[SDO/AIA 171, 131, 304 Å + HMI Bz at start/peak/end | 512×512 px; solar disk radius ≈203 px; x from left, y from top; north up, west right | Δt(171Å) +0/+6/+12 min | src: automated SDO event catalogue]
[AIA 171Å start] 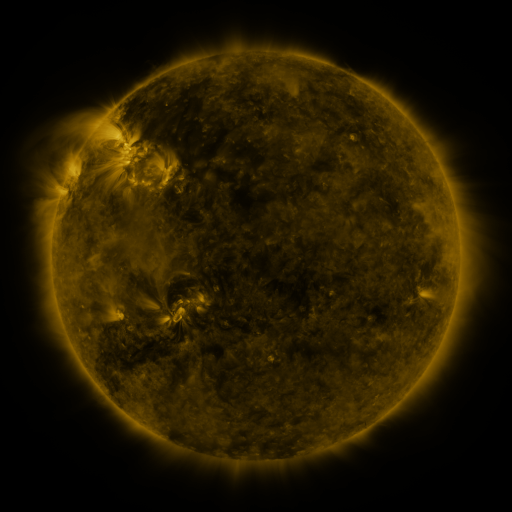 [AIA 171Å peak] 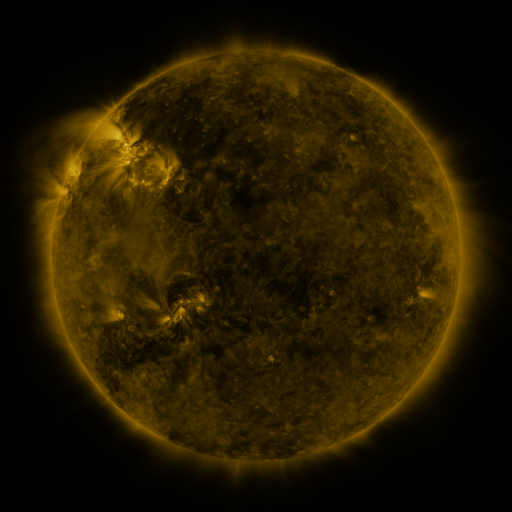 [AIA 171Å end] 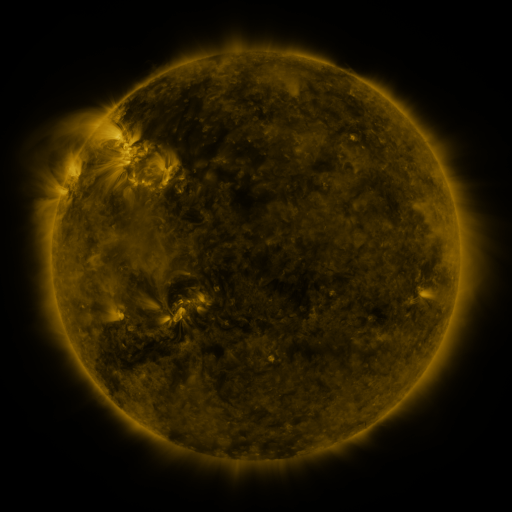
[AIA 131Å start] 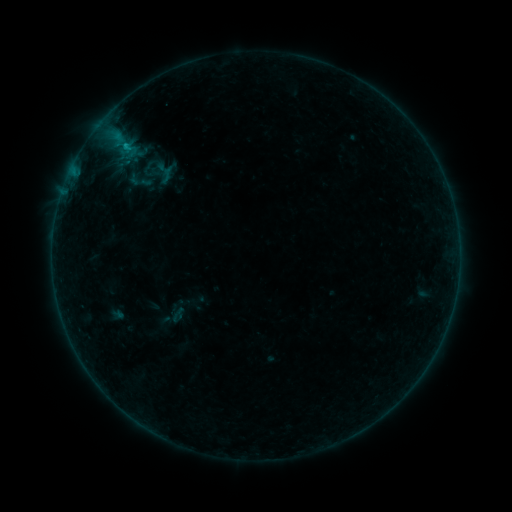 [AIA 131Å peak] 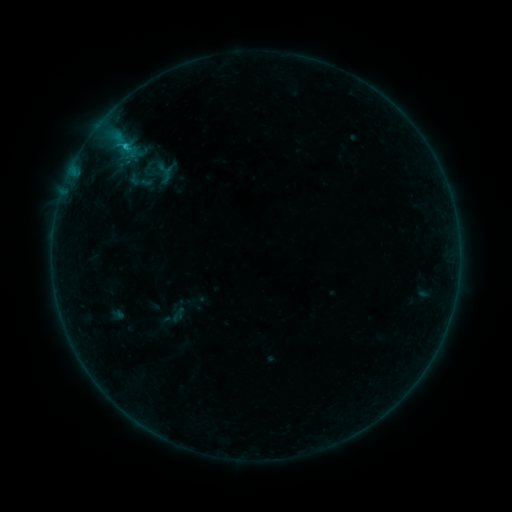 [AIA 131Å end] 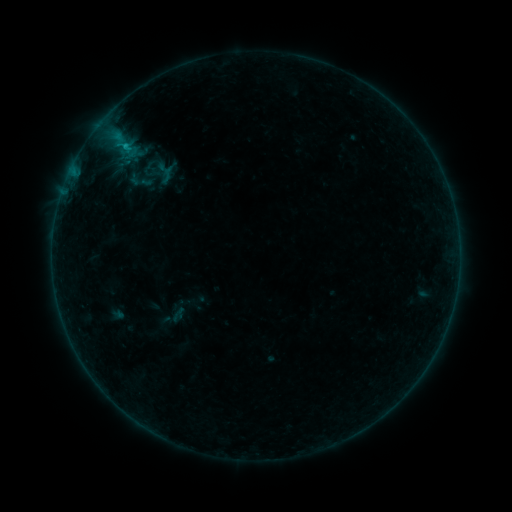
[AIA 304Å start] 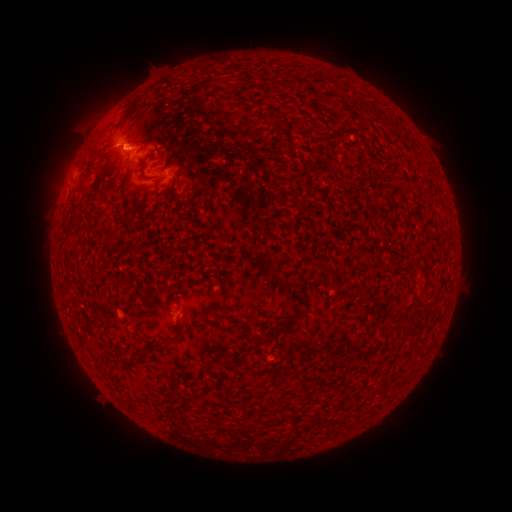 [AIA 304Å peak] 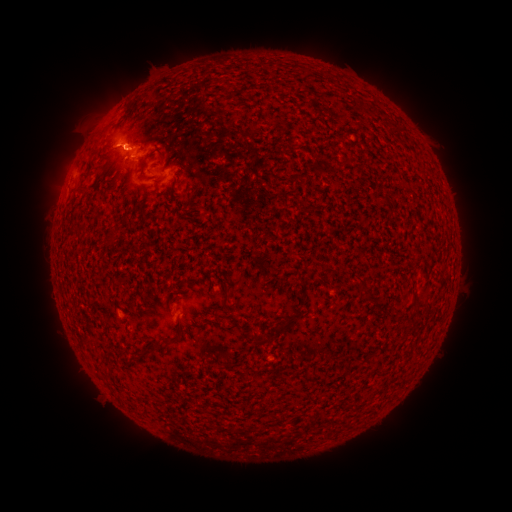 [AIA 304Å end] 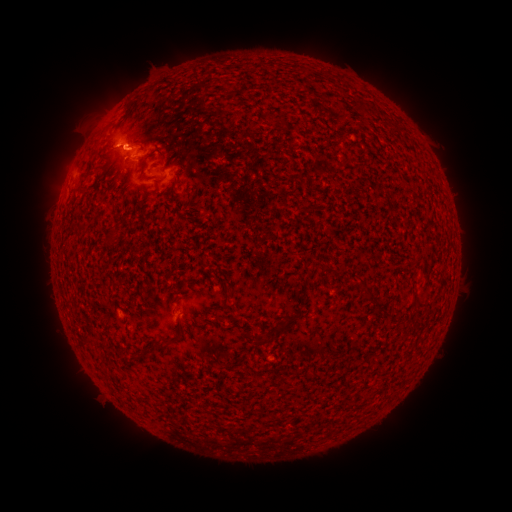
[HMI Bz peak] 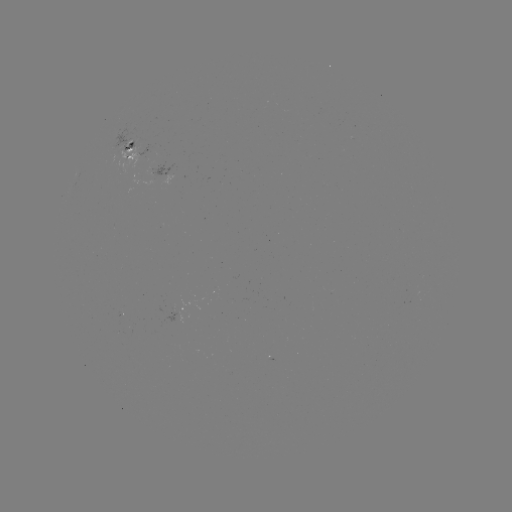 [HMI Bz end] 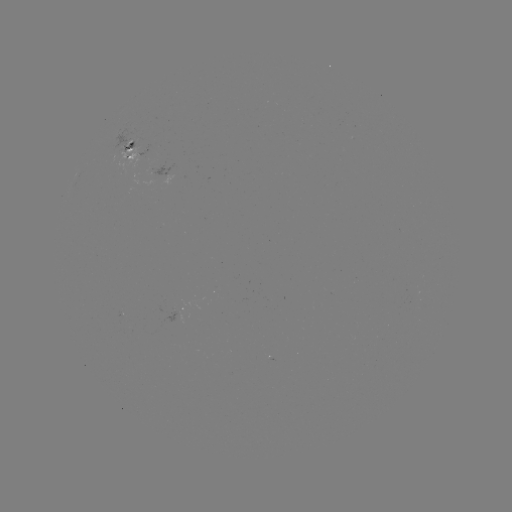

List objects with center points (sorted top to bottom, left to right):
B5.5 flare: (125, 148)
